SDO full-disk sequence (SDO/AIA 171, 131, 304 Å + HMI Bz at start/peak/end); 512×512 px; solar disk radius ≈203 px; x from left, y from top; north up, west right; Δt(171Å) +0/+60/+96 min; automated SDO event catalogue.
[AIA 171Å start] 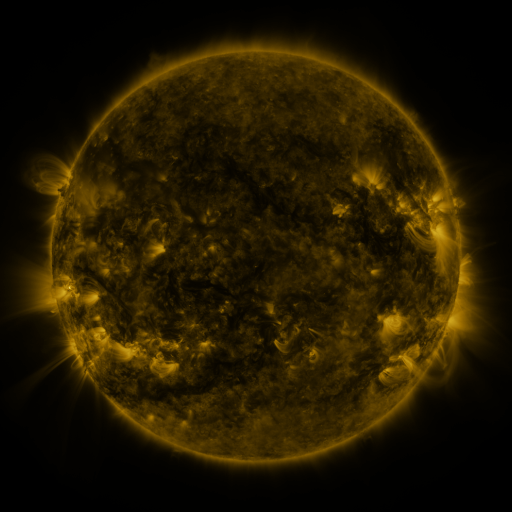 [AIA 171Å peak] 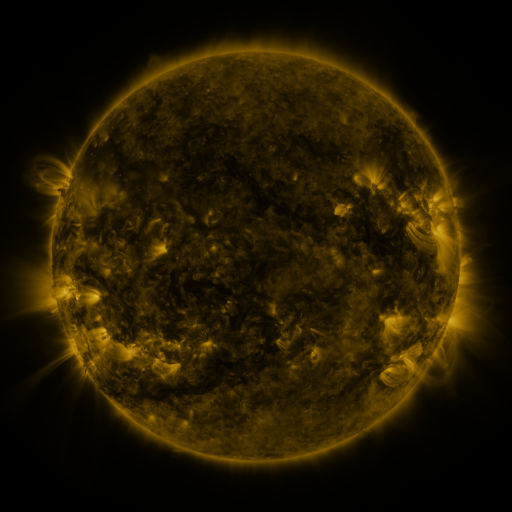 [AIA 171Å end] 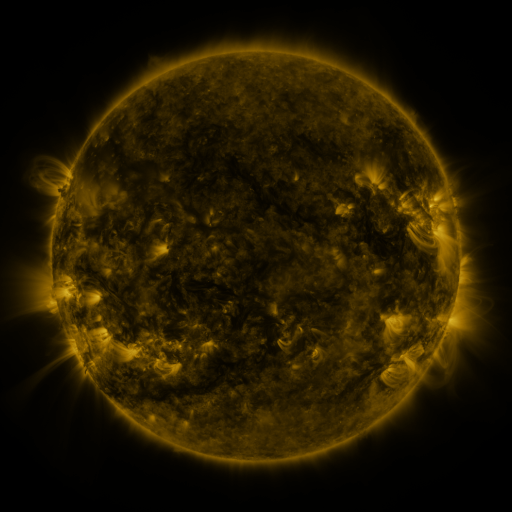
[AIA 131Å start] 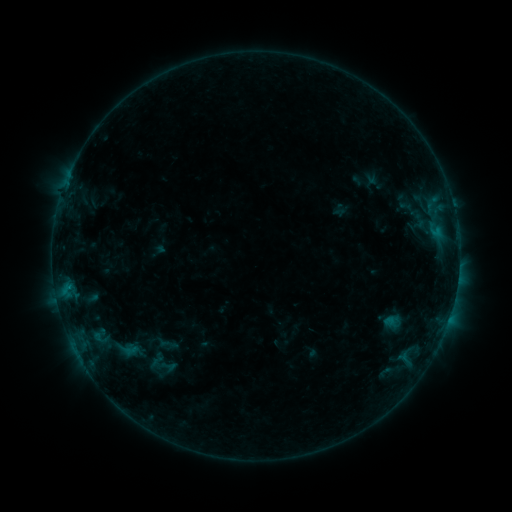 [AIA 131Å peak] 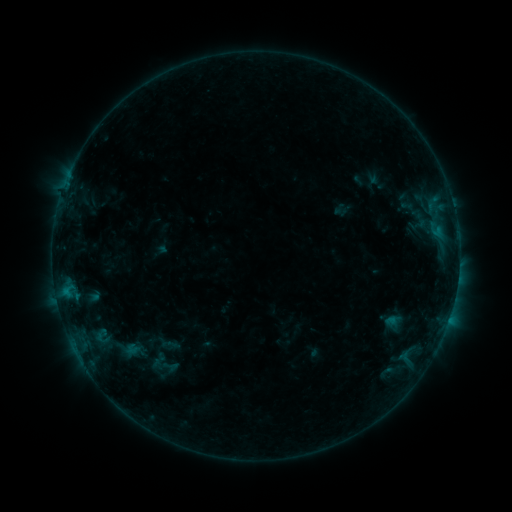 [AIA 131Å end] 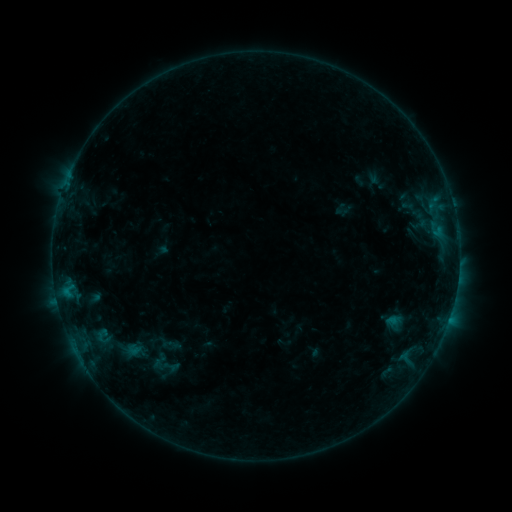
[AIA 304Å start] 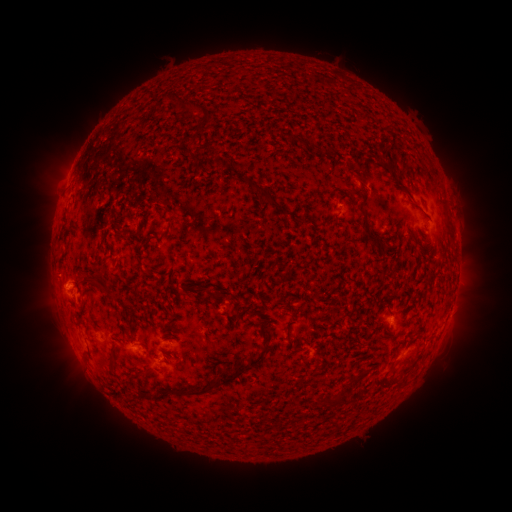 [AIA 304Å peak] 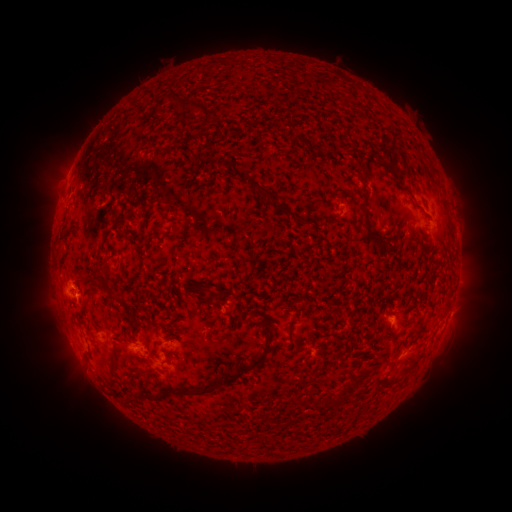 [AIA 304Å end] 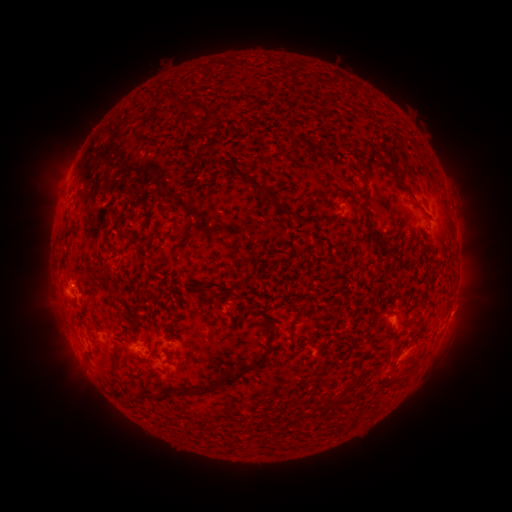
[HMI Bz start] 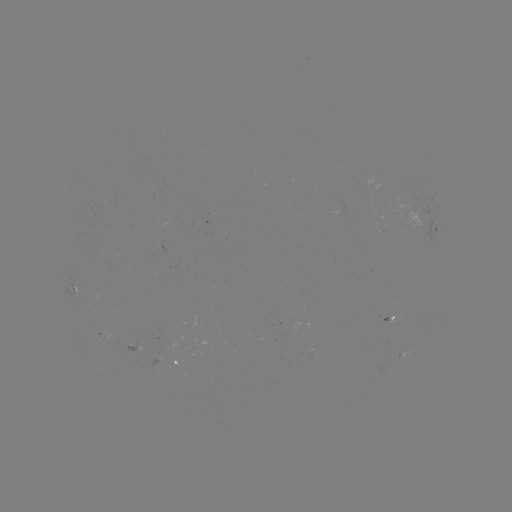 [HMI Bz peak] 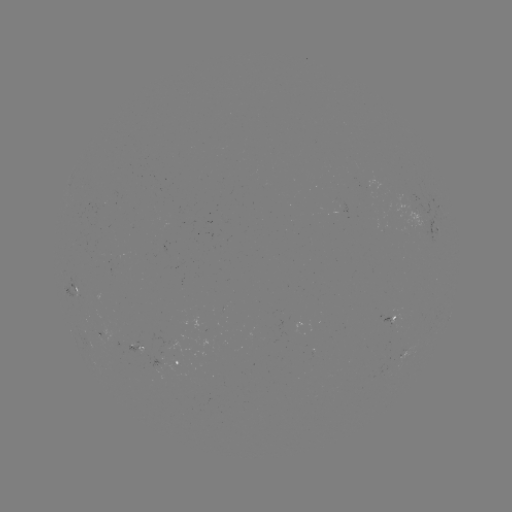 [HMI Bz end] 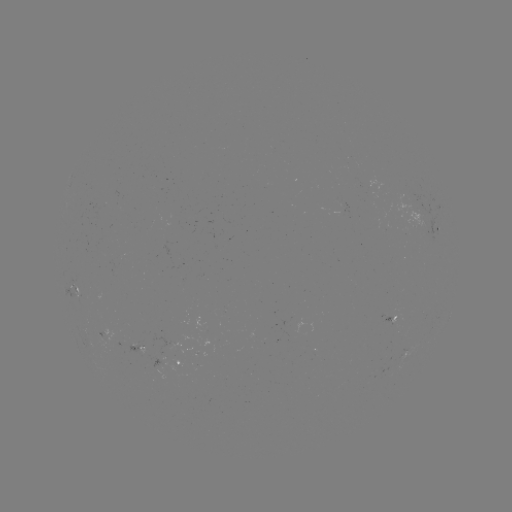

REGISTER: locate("emerging-flux region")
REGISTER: [172, 337]